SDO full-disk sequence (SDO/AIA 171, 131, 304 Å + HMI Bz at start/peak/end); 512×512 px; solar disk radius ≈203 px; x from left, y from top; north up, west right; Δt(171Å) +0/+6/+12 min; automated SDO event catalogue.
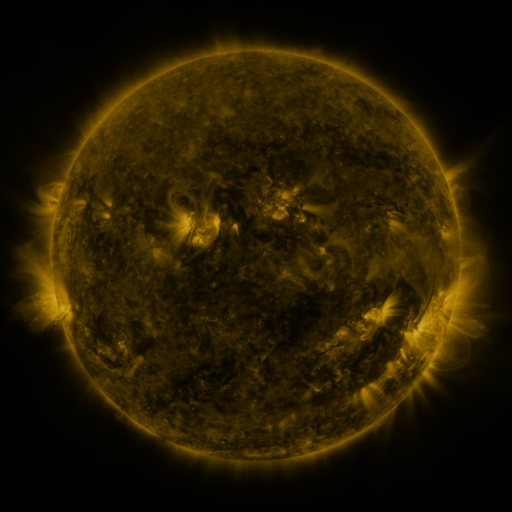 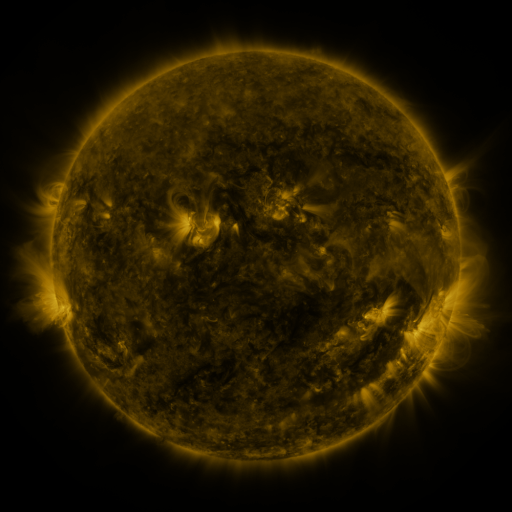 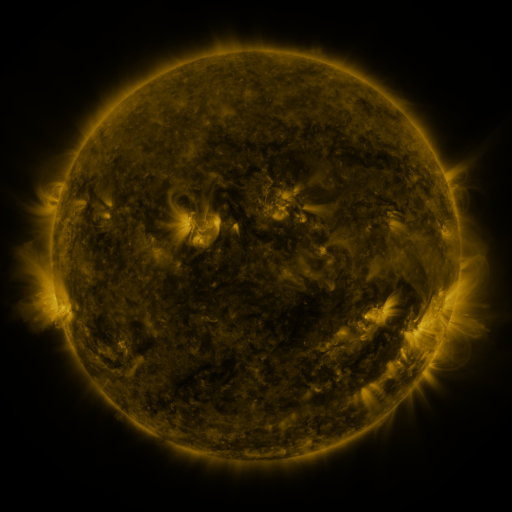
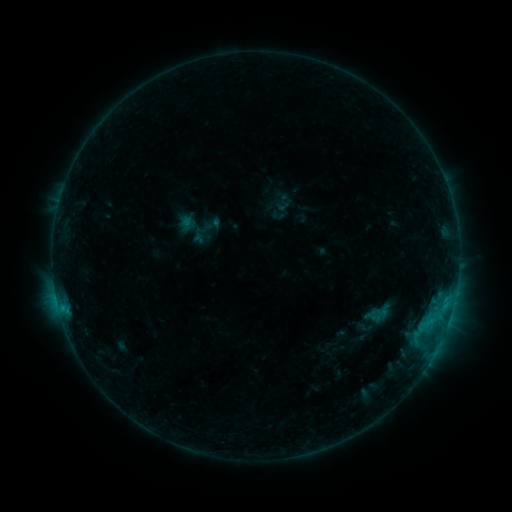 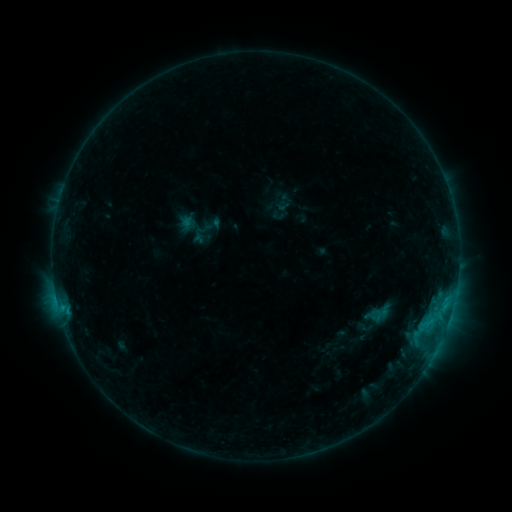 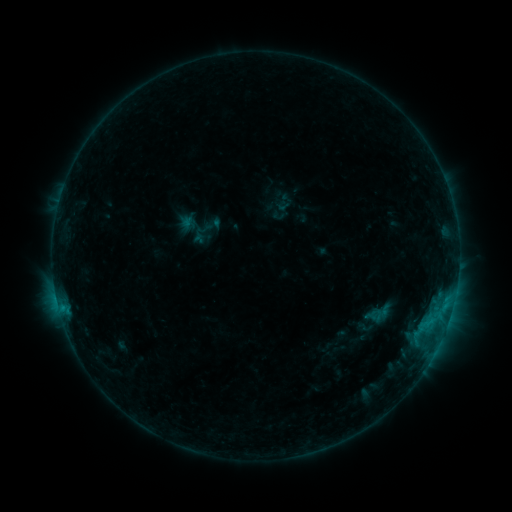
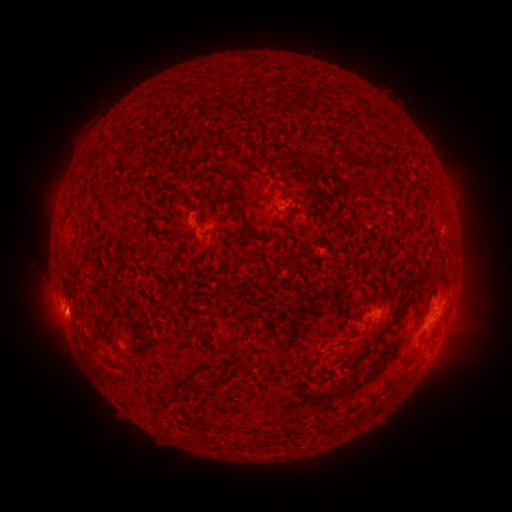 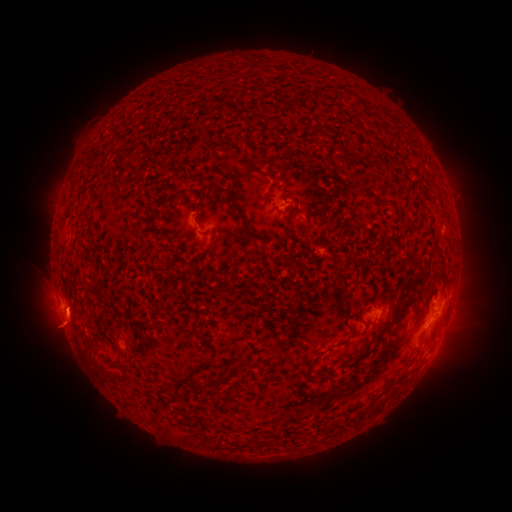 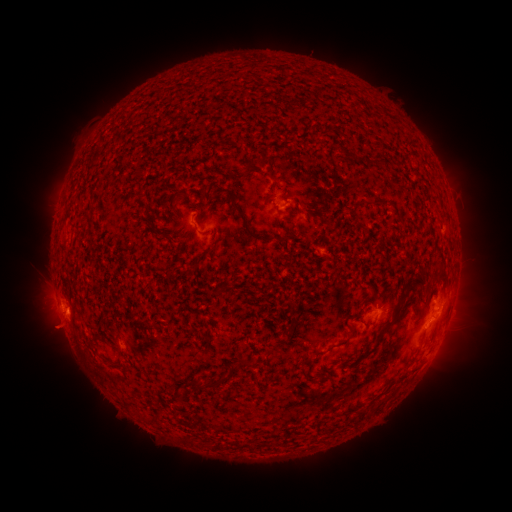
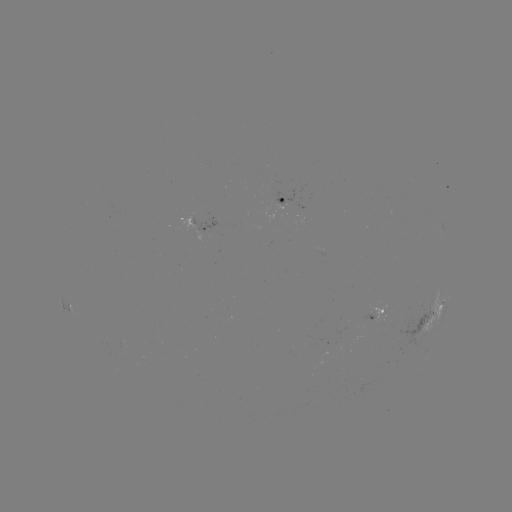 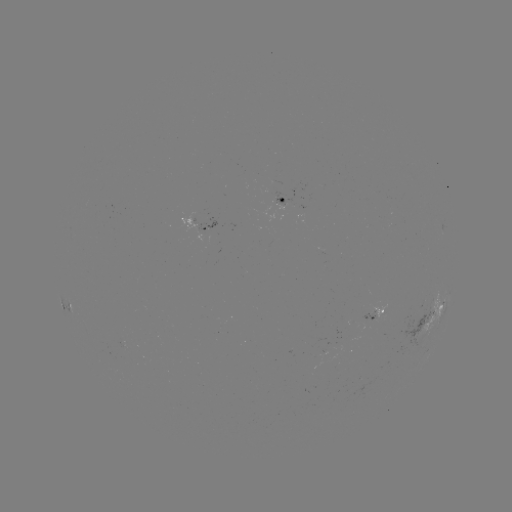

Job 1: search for eruption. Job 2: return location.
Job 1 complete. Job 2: (59, 335).